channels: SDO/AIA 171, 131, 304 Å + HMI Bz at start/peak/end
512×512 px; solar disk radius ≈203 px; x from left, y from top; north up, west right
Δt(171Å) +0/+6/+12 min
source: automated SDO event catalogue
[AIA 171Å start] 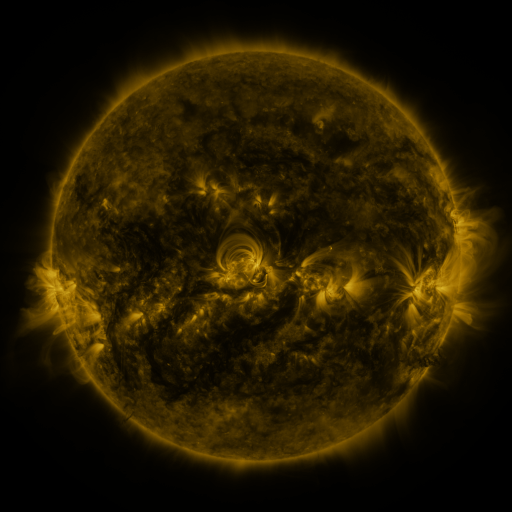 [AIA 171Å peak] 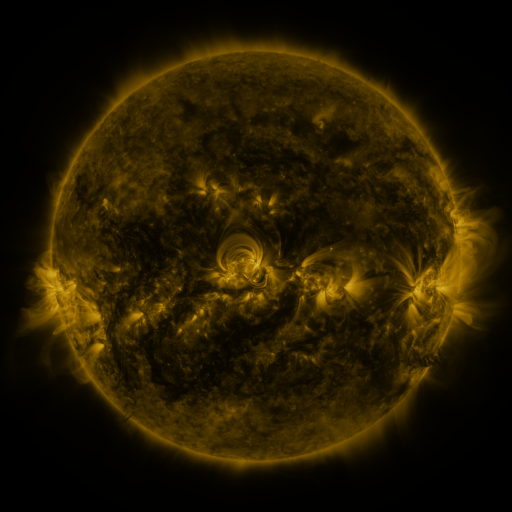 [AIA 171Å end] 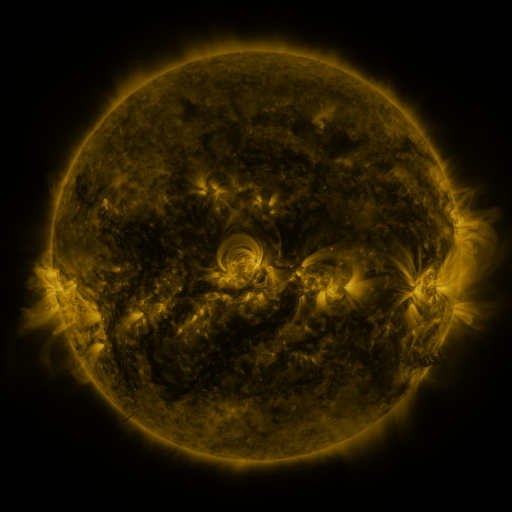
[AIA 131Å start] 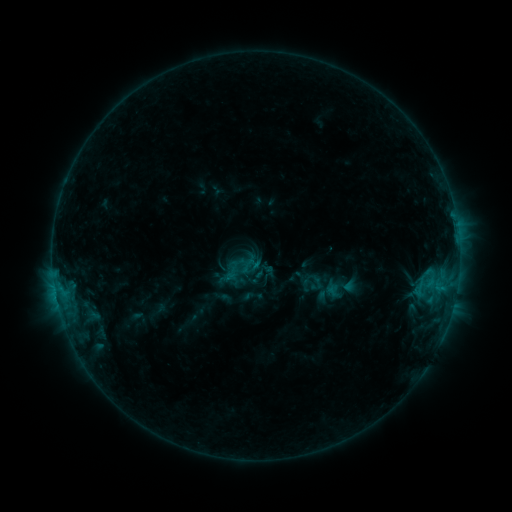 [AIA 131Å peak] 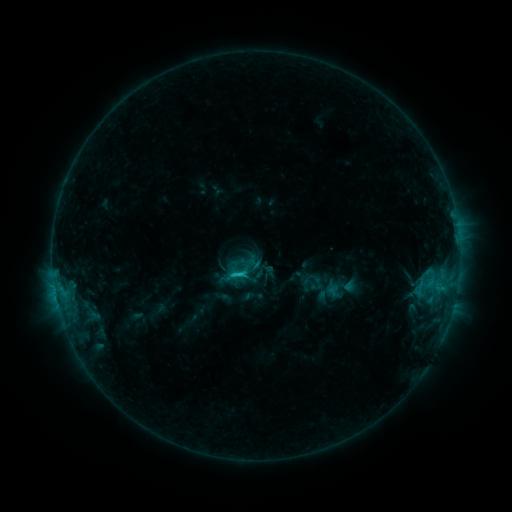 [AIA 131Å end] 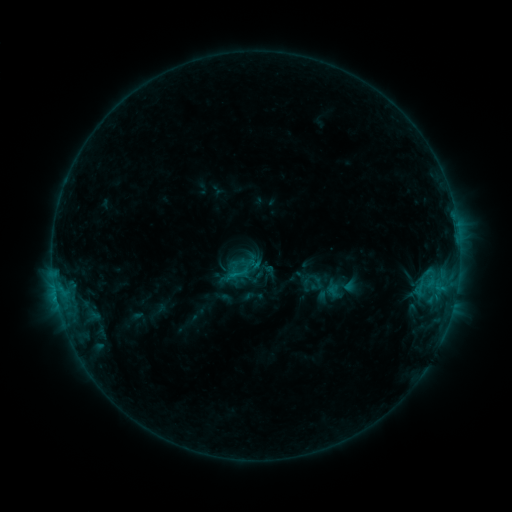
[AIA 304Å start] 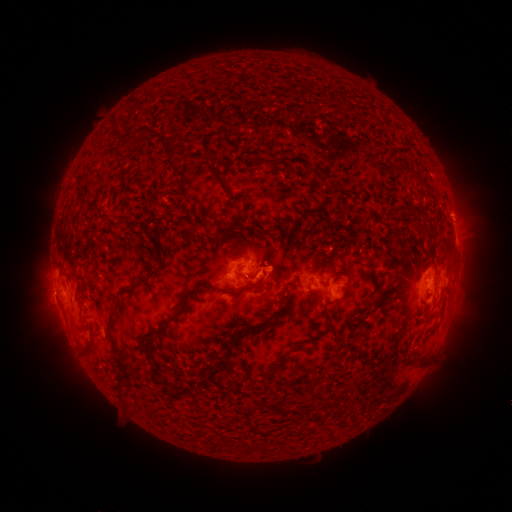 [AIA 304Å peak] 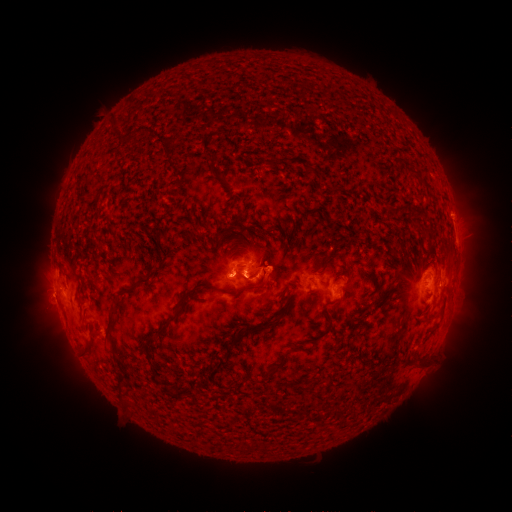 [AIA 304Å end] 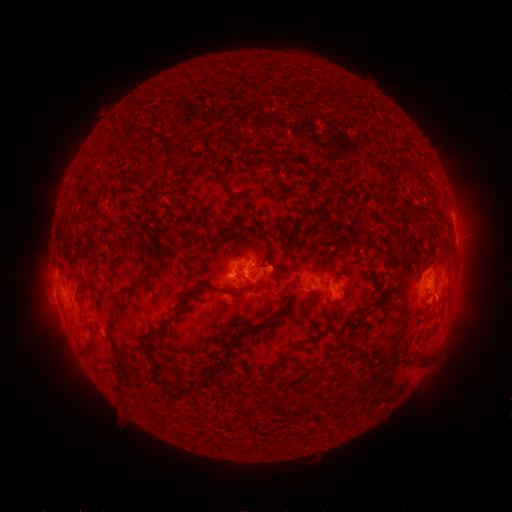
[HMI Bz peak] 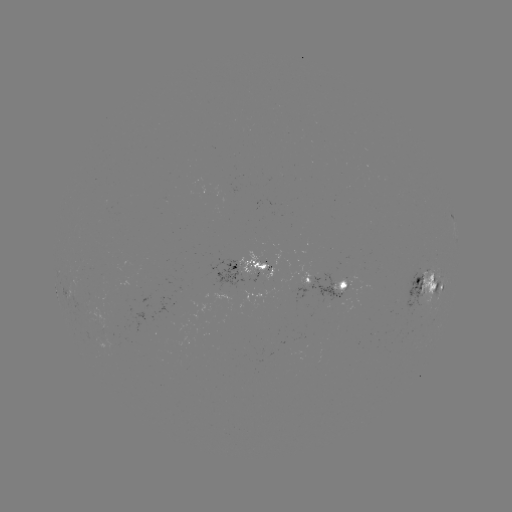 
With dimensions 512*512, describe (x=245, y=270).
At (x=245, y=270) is C1.5 flare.